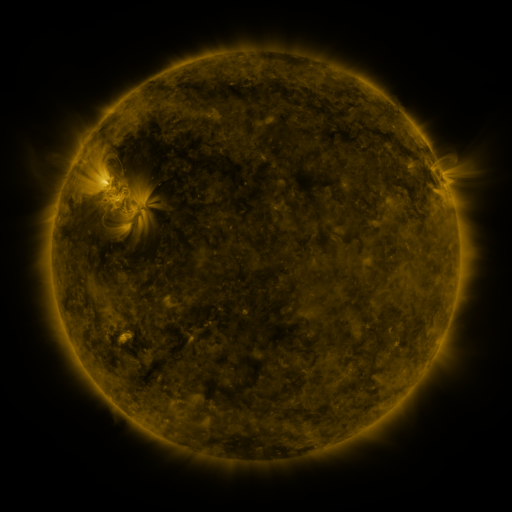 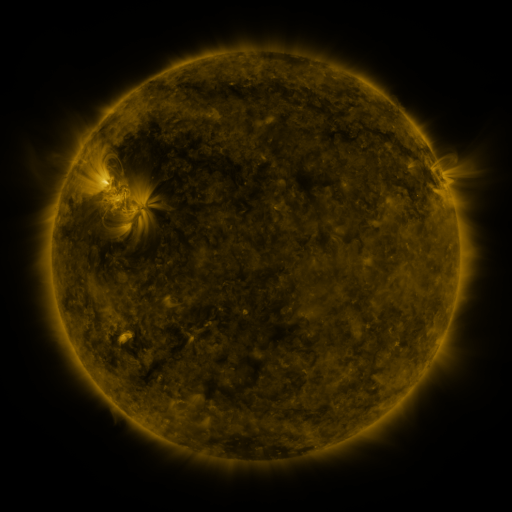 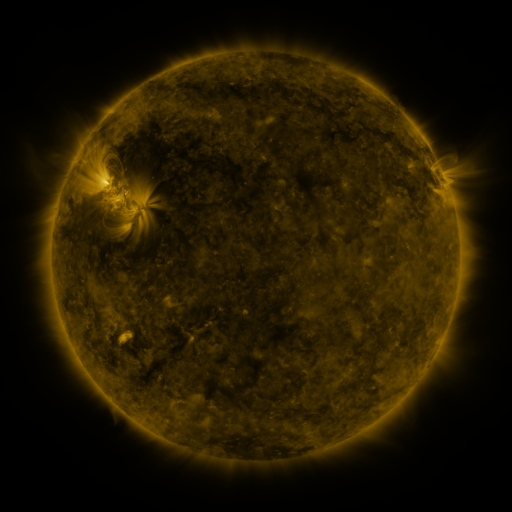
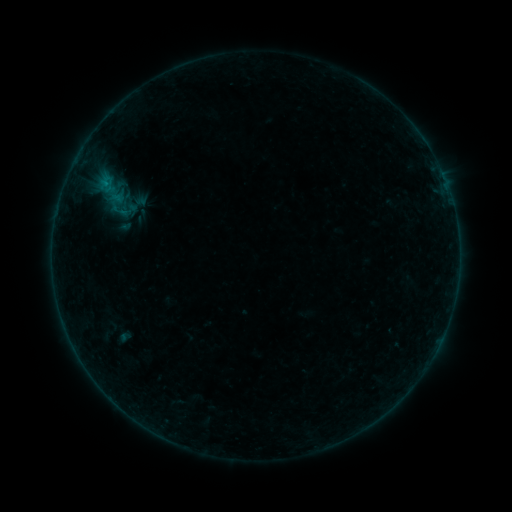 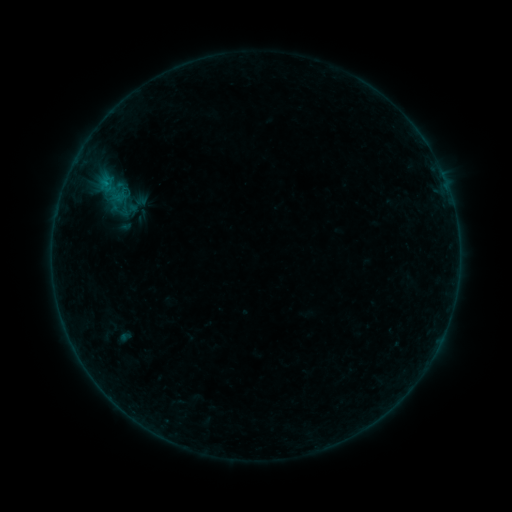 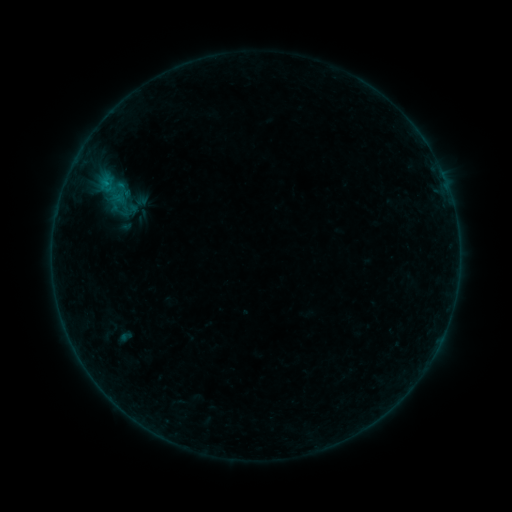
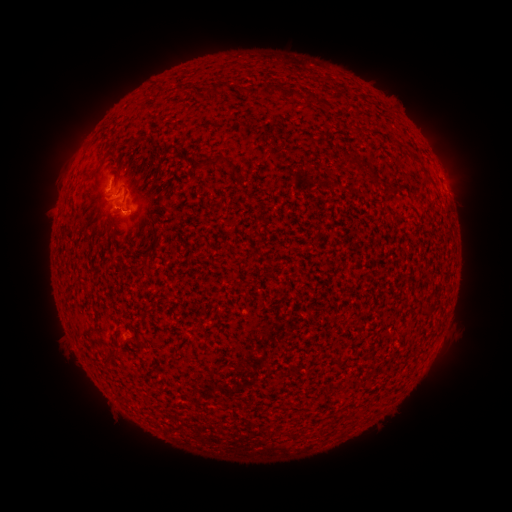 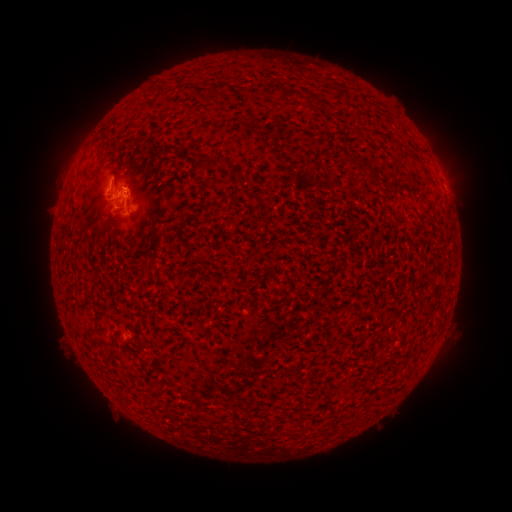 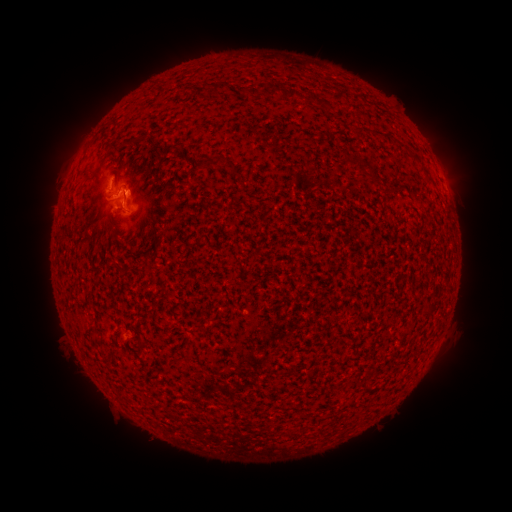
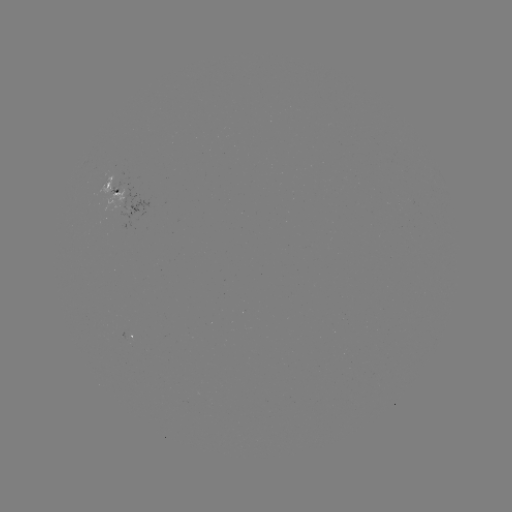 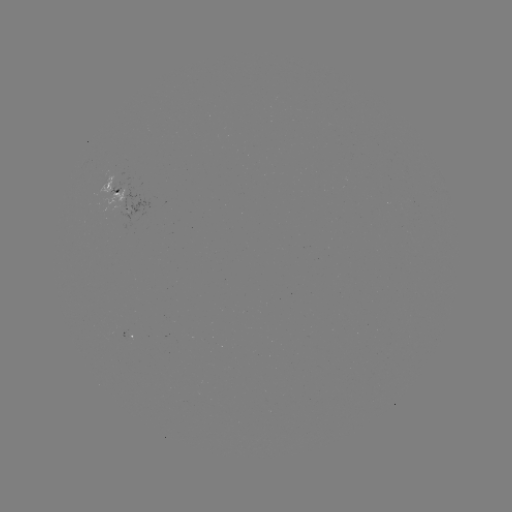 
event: eruption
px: (133, 185)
